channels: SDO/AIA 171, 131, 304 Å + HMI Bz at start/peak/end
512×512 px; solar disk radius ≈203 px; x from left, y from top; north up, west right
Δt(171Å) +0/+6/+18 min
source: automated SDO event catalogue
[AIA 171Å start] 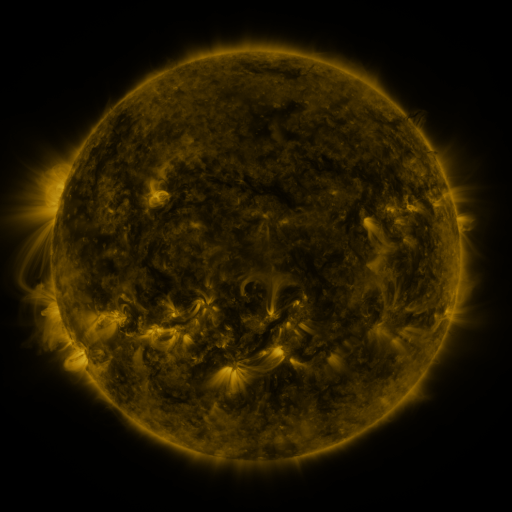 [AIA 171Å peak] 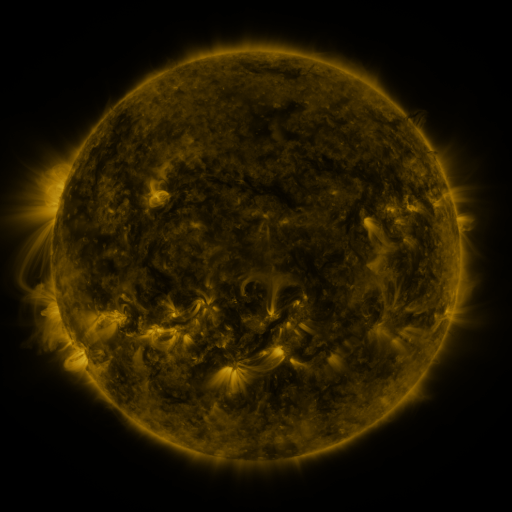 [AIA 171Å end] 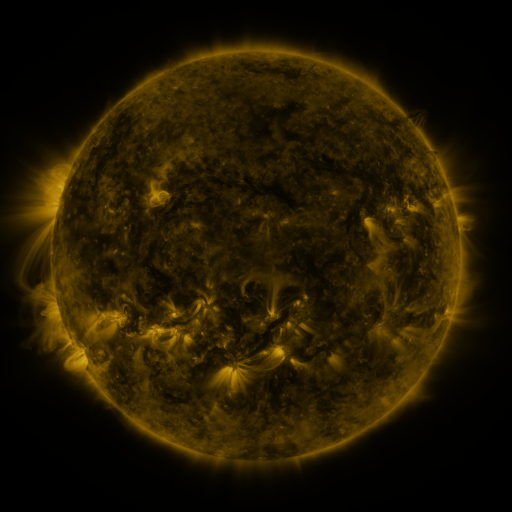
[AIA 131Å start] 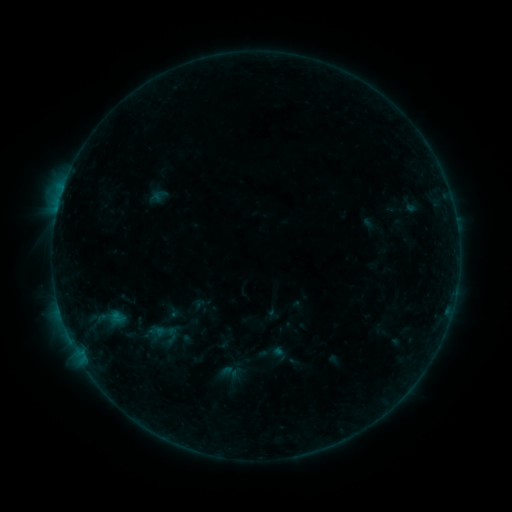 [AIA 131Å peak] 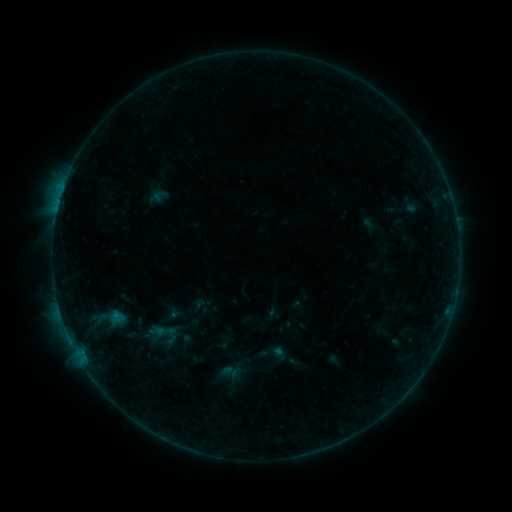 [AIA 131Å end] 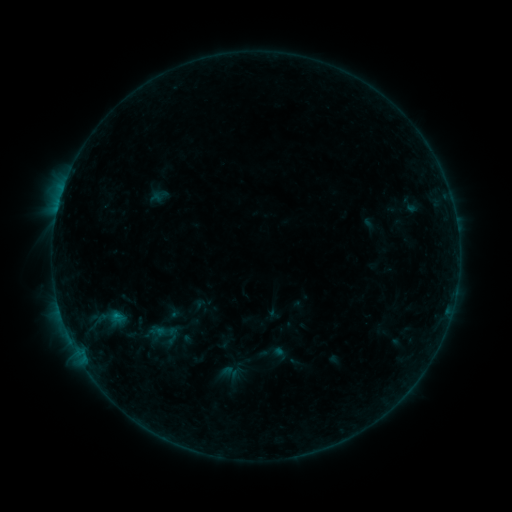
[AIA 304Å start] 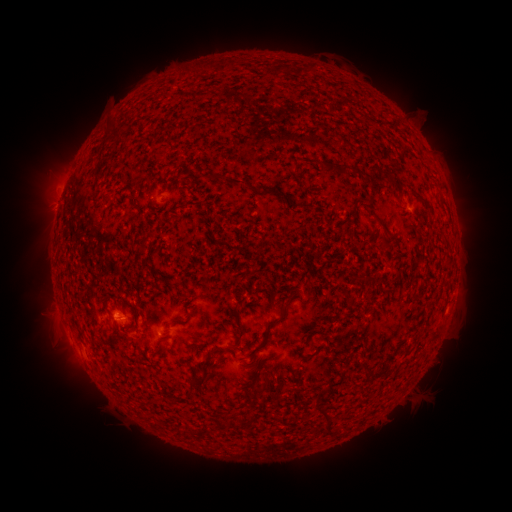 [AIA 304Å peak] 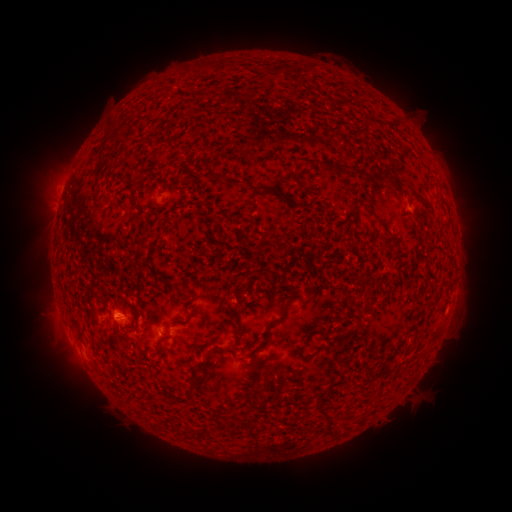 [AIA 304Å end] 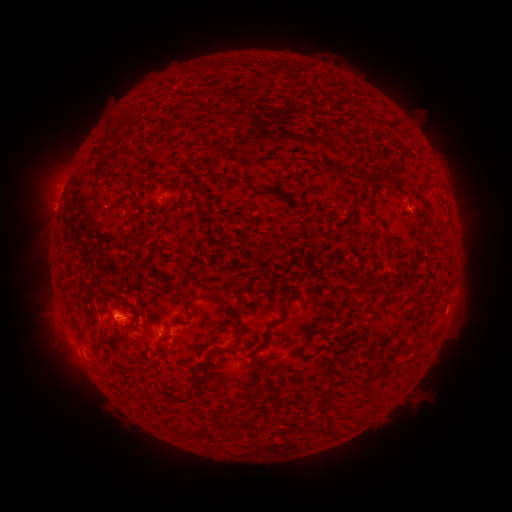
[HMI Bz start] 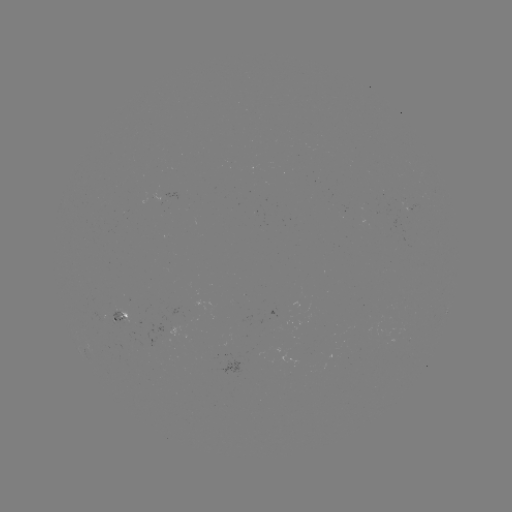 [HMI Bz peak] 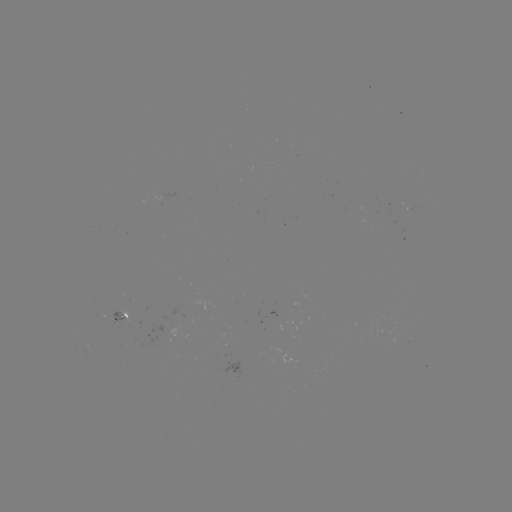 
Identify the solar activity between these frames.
B3.1 flare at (118, 310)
